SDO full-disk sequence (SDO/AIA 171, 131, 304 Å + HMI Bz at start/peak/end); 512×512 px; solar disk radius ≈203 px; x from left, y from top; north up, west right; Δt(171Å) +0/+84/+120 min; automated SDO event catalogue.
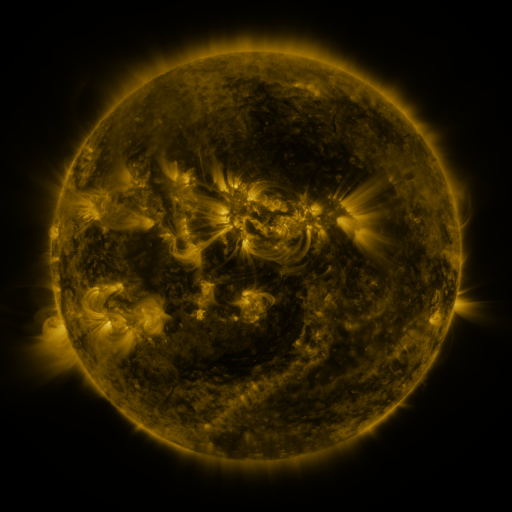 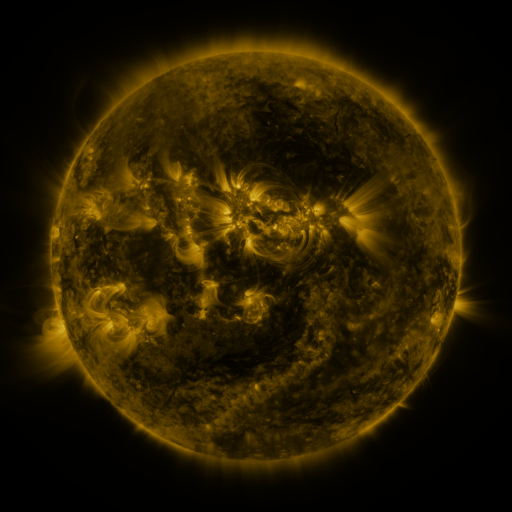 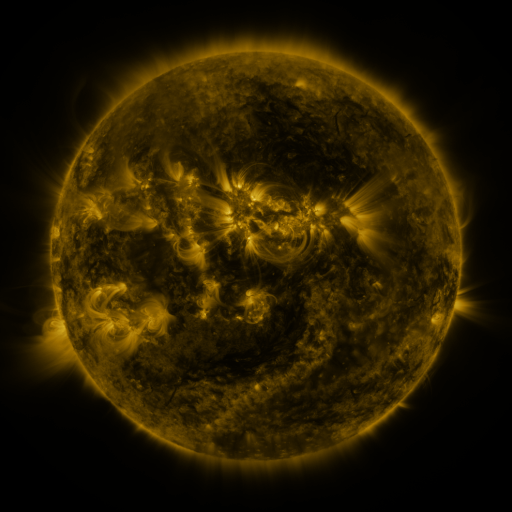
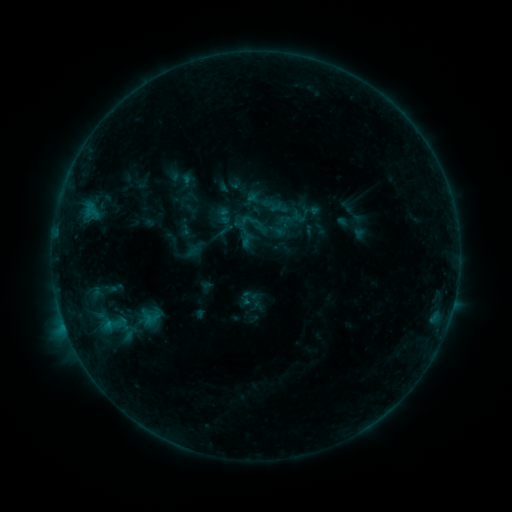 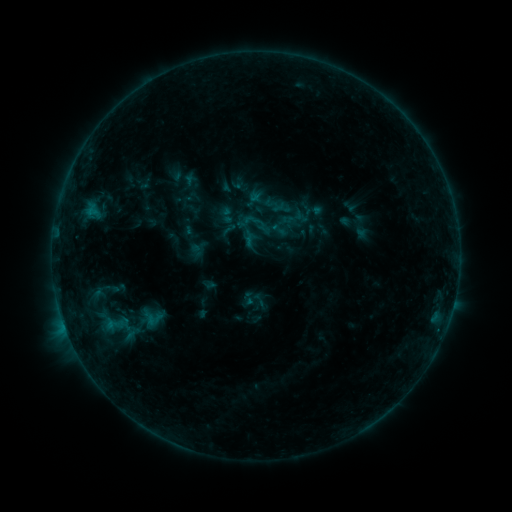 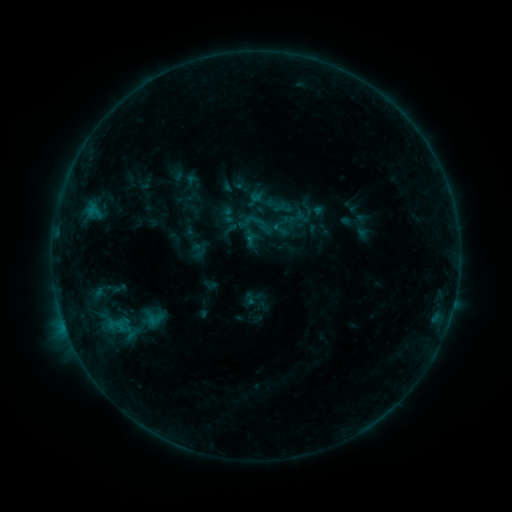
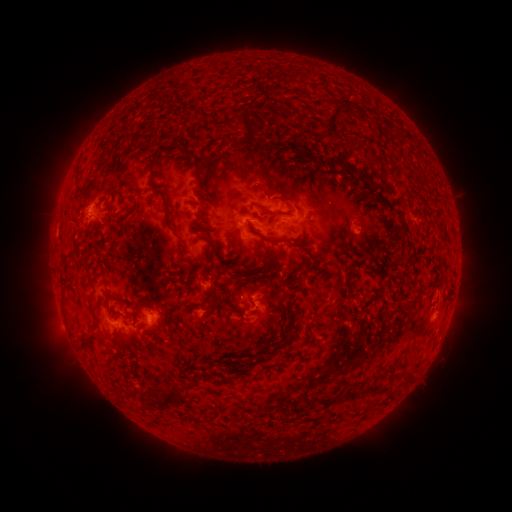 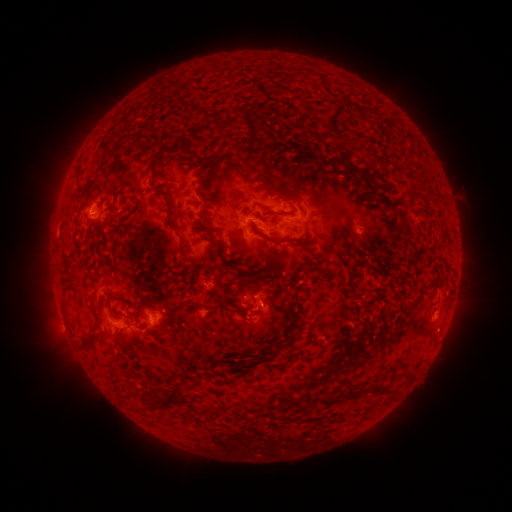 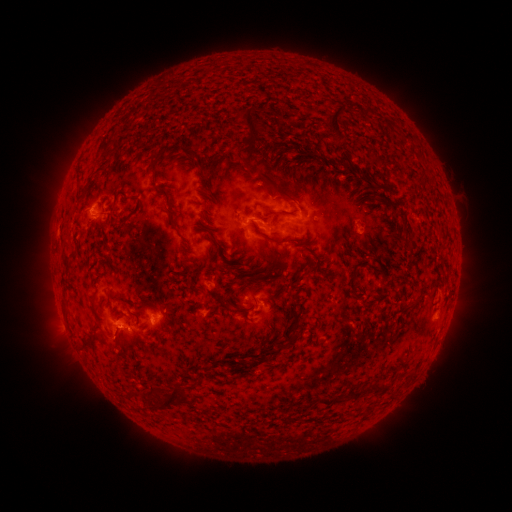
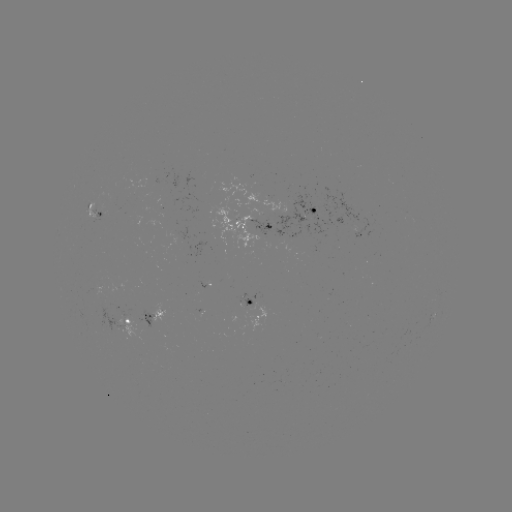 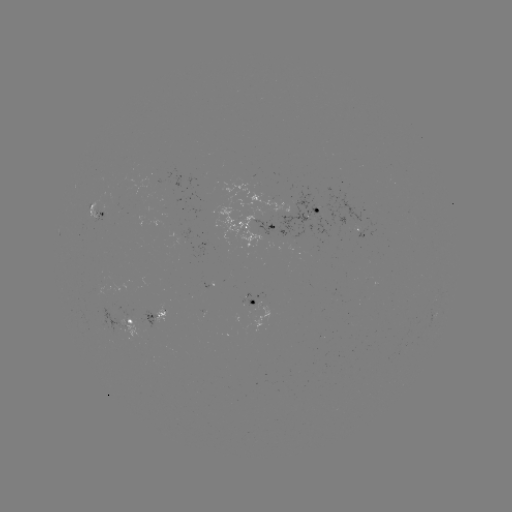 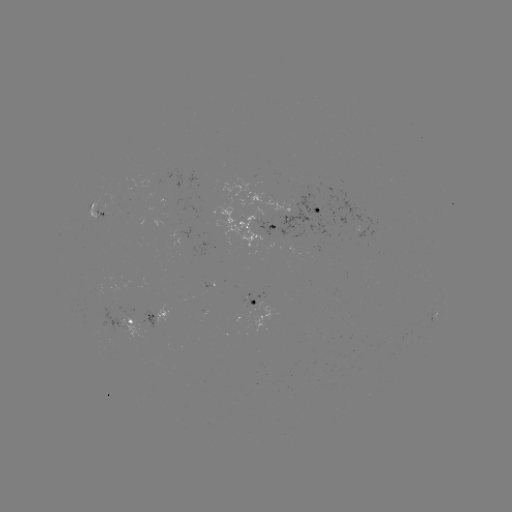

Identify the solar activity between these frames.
emerging-flux region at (247, 298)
